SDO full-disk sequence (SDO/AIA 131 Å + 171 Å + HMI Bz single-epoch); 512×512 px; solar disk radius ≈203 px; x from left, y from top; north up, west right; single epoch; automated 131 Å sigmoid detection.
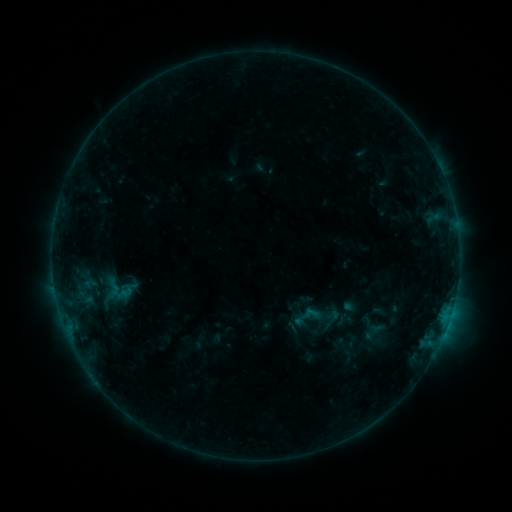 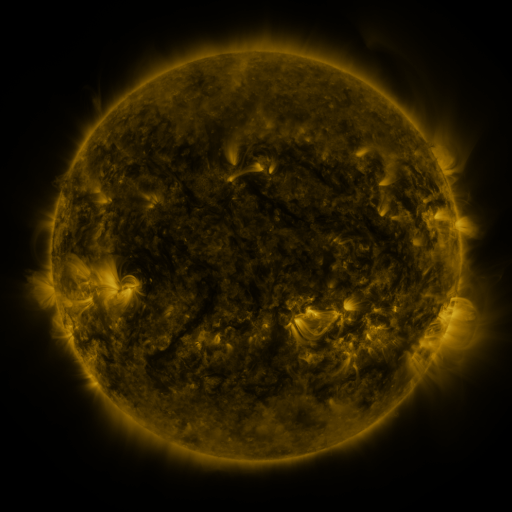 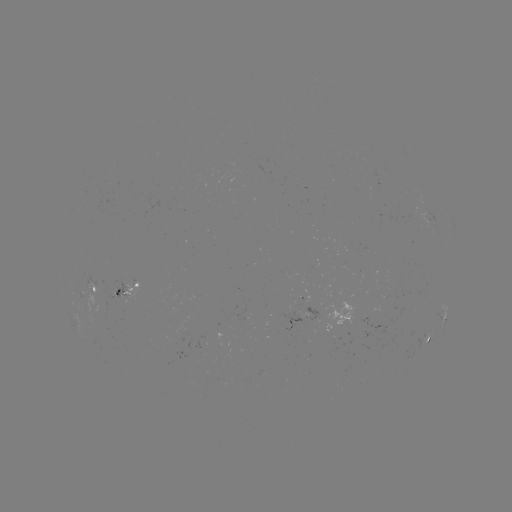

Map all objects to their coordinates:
sigmoid: (310, 315)
